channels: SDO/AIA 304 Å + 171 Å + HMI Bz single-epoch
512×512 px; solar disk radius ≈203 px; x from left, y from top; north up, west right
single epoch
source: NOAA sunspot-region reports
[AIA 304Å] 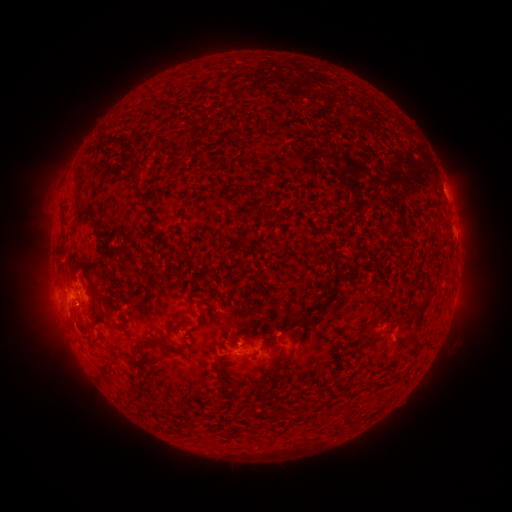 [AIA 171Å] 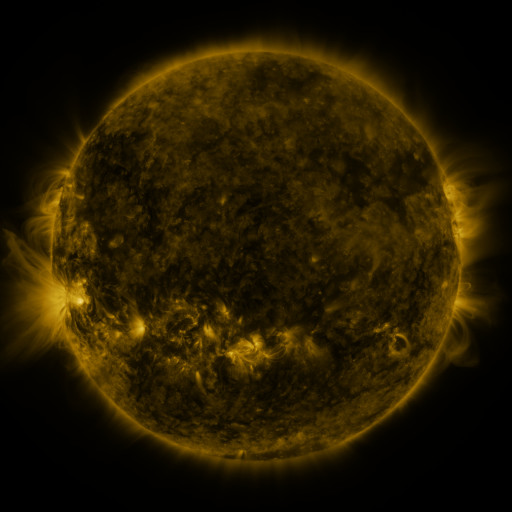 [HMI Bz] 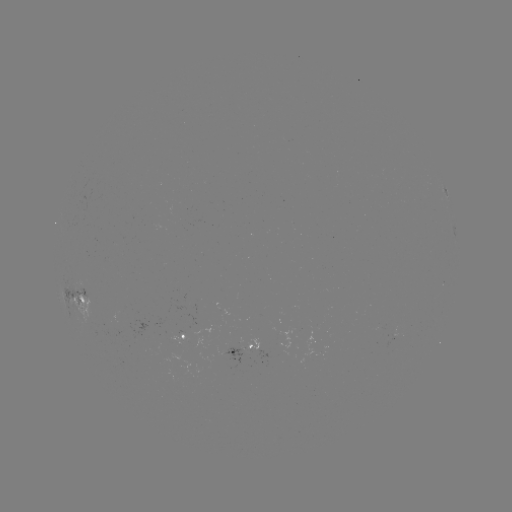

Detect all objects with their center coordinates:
spotted active region: (446, 192)
spotted active region: (81, 294)
spotted active region: (189, 334)
spotted active region: (246, 348)
